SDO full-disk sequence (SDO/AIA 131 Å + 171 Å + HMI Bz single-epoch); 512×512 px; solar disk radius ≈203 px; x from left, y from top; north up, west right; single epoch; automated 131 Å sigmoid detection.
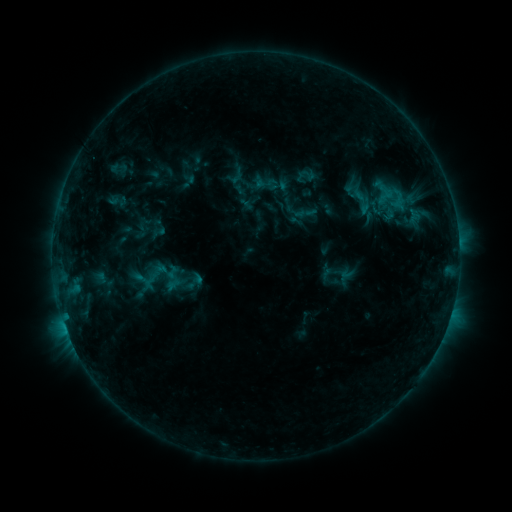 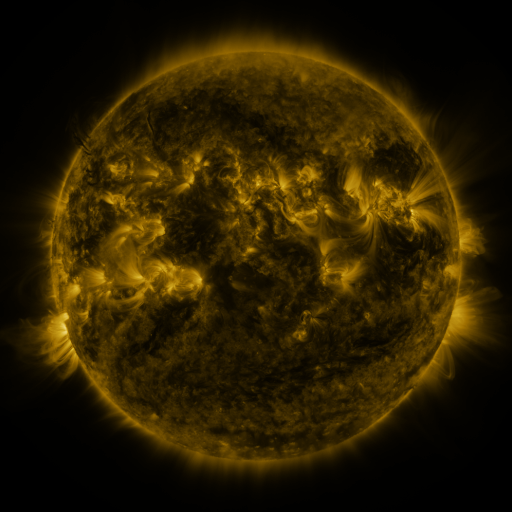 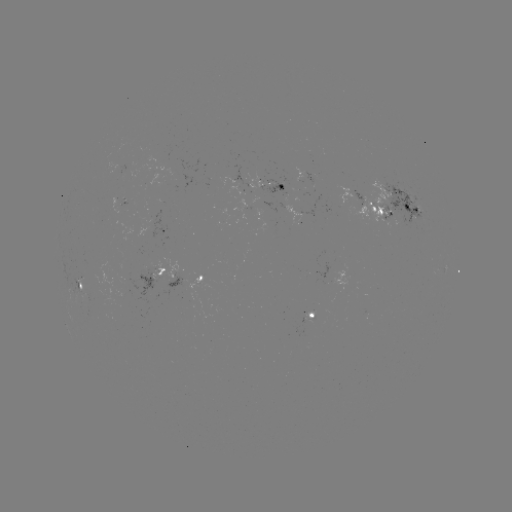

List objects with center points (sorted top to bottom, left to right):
sigmoid: (345, 186, 381, 217)
sigmoid: (164, 264, 182, 280)
sigmoid: (319, 266, 339, 287)
